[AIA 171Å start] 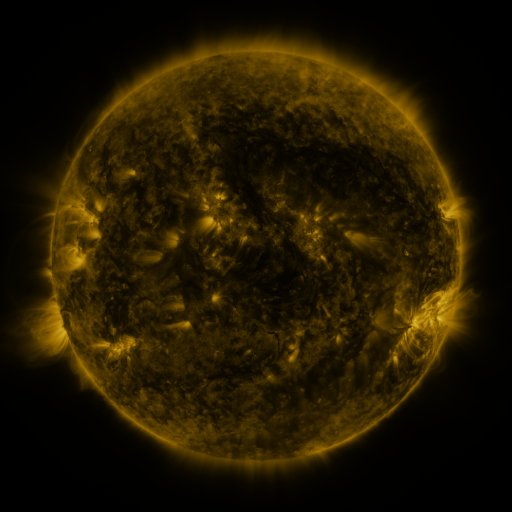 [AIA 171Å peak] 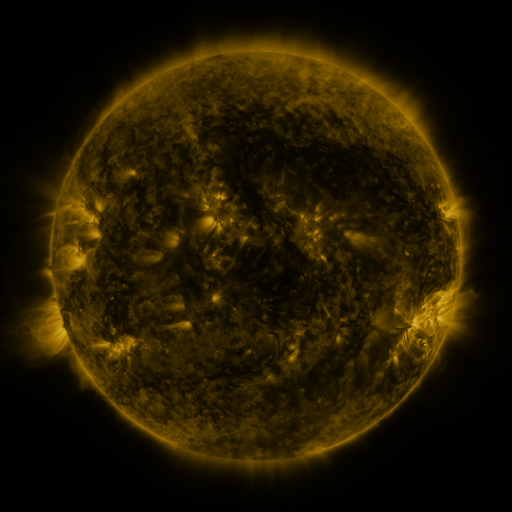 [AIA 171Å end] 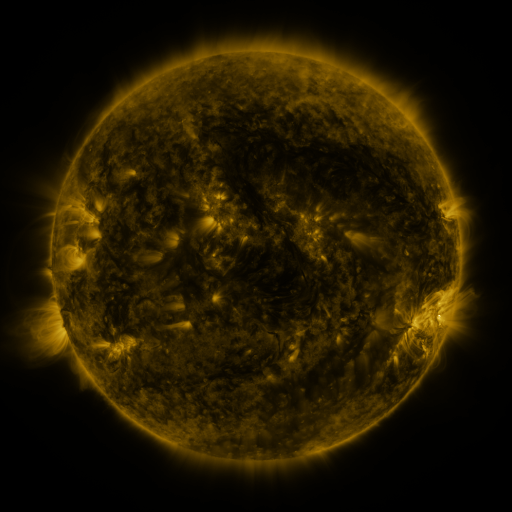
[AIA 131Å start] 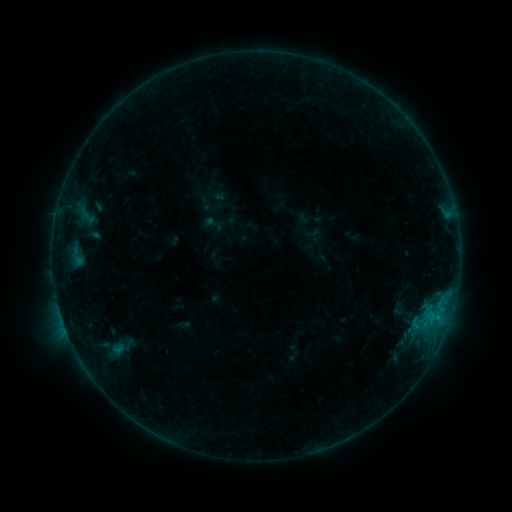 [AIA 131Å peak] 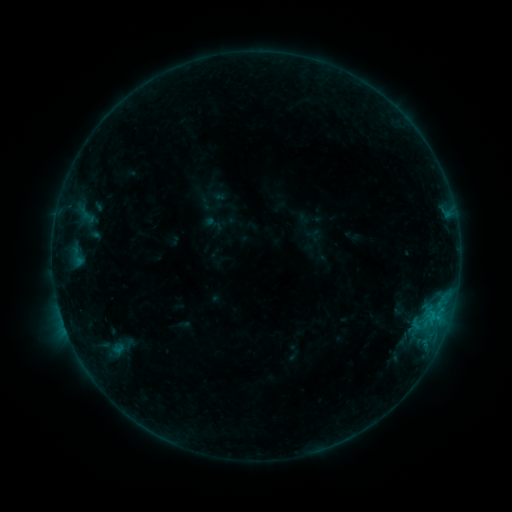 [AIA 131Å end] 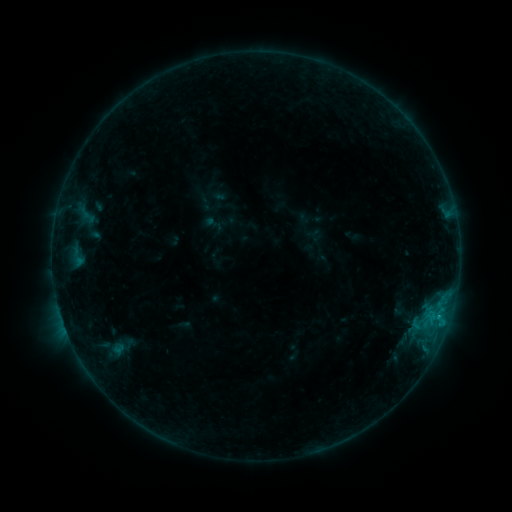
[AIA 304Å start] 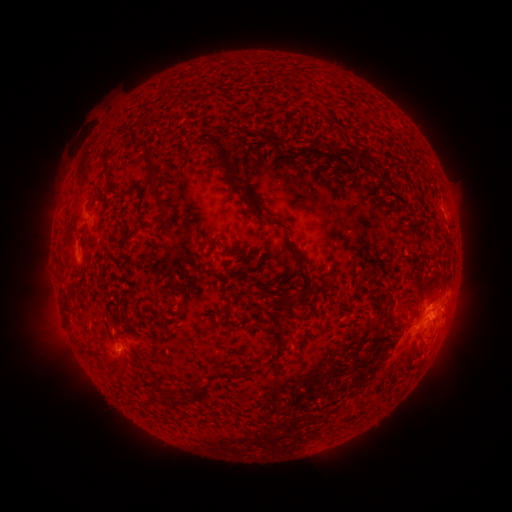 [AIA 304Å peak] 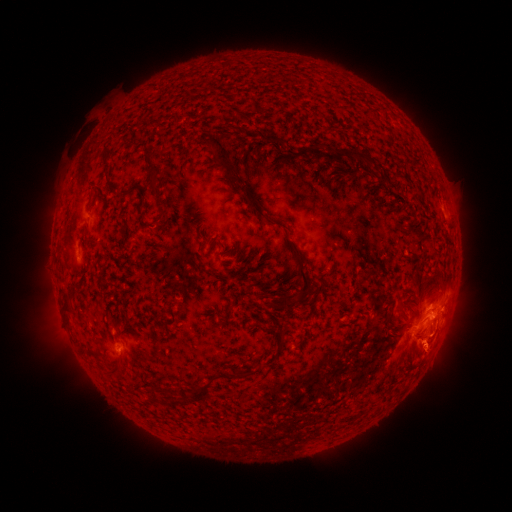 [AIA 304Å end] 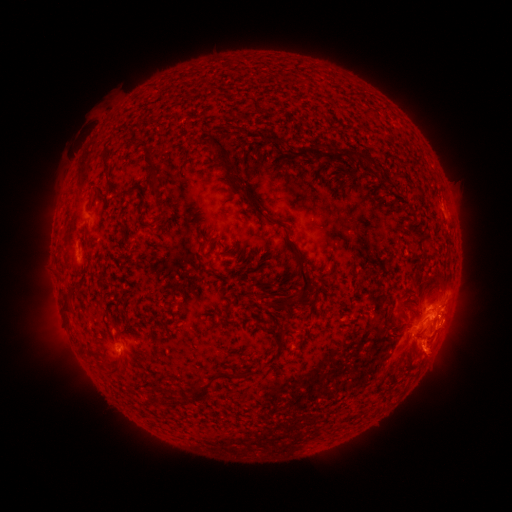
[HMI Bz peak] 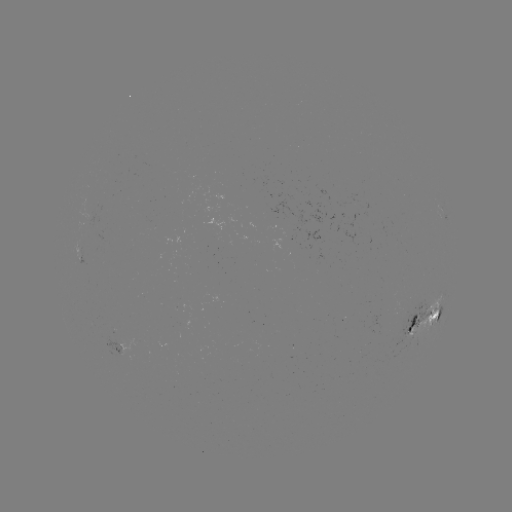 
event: eruption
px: (428, 357)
